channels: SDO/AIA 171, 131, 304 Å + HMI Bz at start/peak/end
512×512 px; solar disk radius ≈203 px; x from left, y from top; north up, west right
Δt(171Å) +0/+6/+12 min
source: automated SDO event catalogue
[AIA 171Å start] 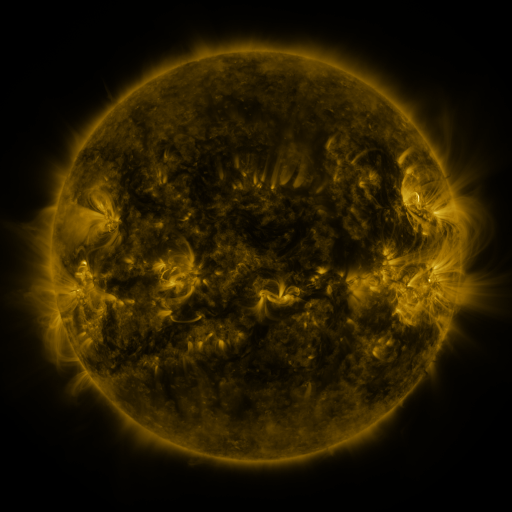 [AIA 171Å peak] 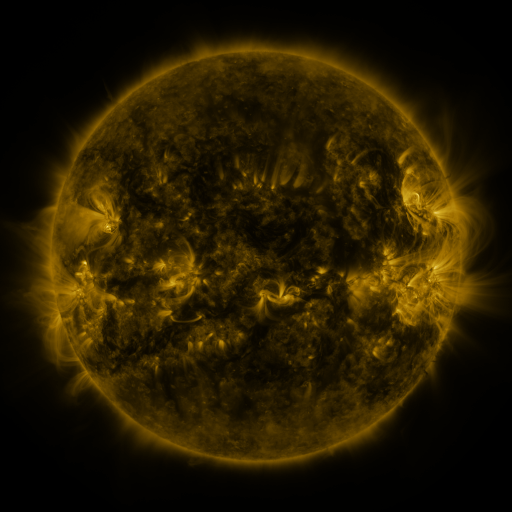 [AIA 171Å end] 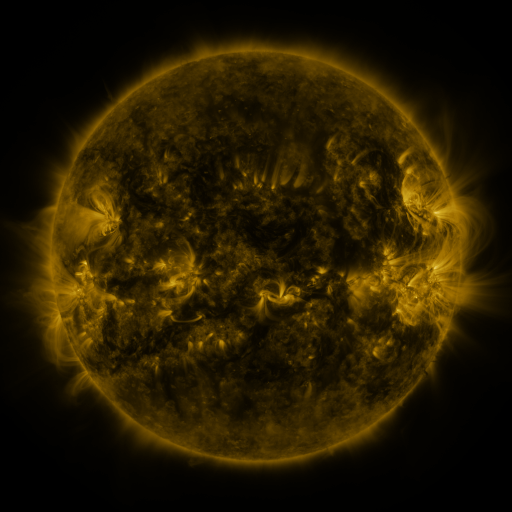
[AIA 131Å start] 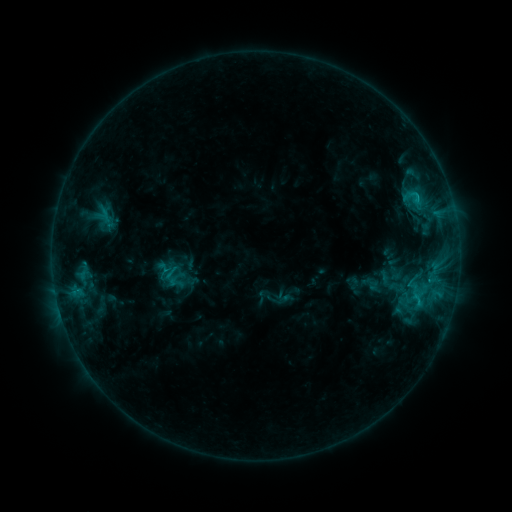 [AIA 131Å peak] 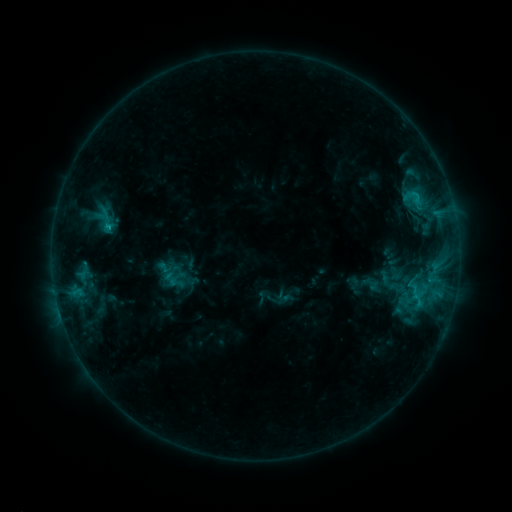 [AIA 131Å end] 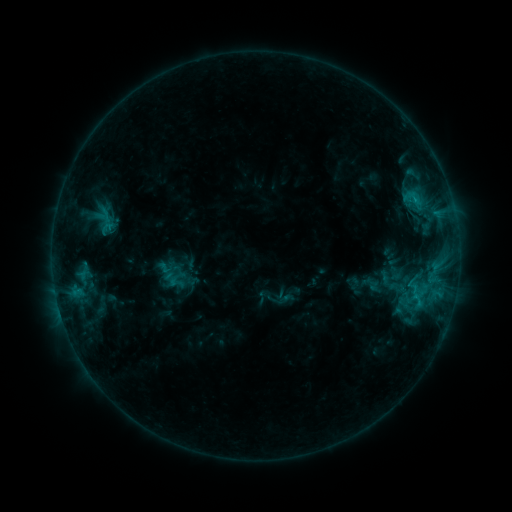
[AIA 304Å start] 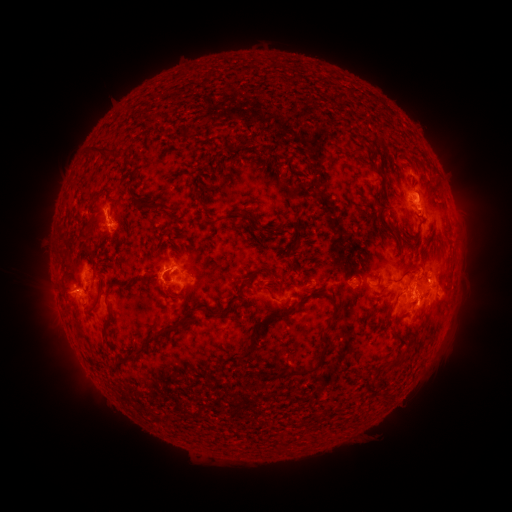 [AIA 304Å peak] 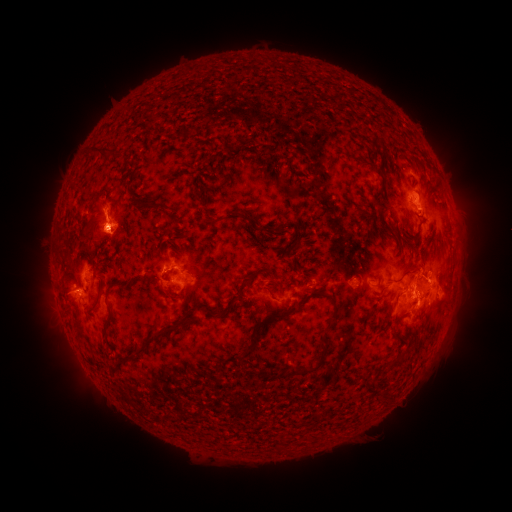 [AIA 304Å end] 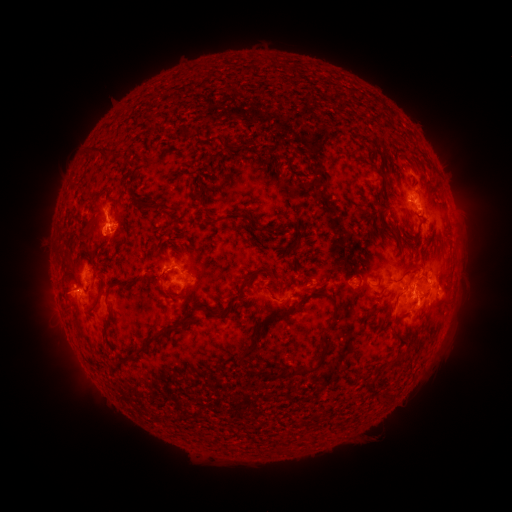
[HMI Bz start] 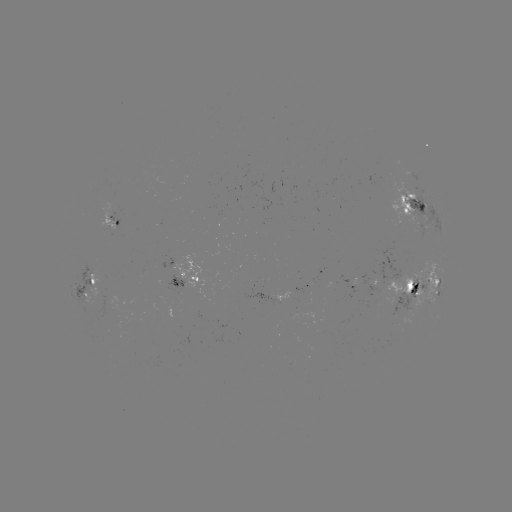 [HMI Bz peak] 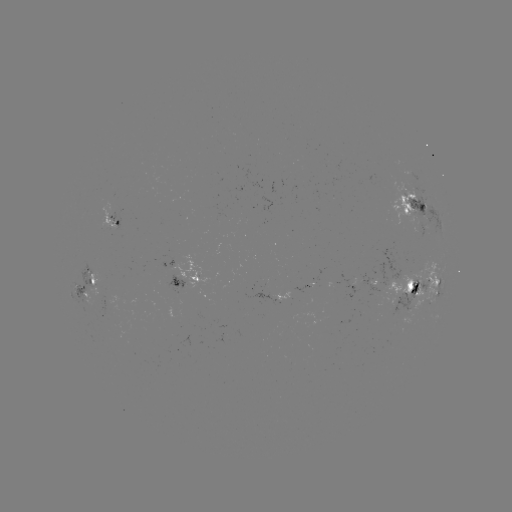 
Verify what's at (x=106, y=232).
eruption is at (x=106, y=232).